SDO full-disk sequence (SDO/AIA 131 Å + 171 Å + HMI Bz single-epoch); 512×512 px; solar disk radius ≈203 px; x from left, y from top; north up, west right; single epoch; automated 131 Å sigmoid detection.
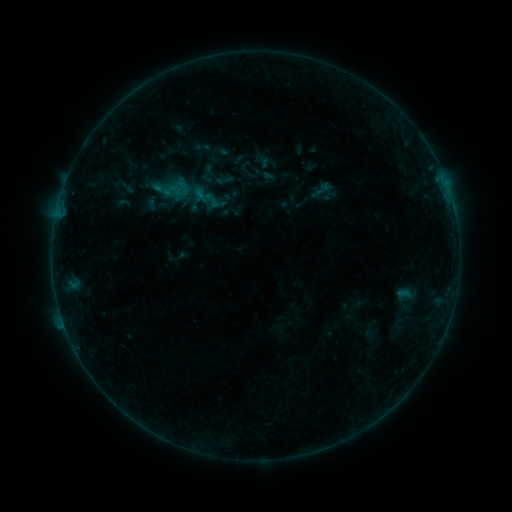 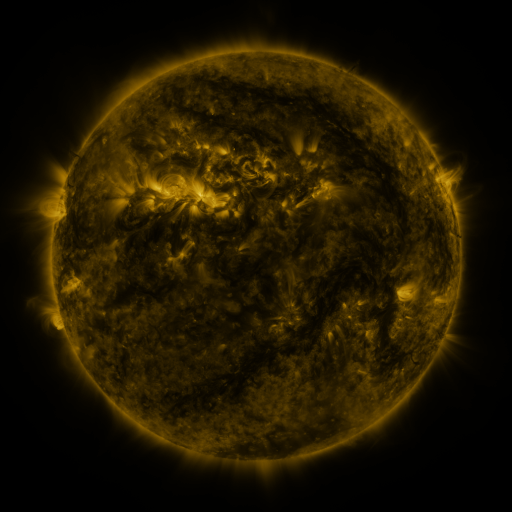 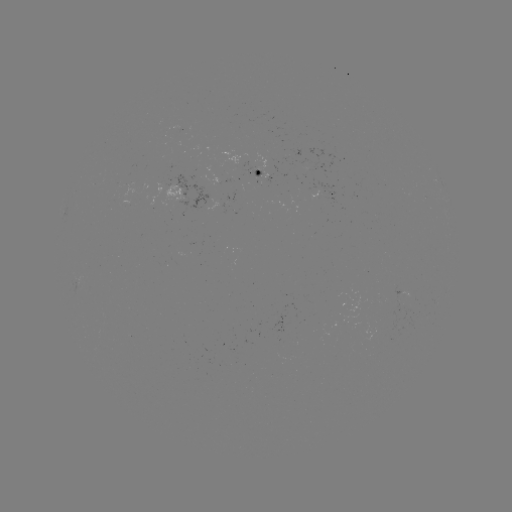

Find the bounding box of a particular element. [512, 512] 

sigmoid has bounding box [215, 169, 235, 189].